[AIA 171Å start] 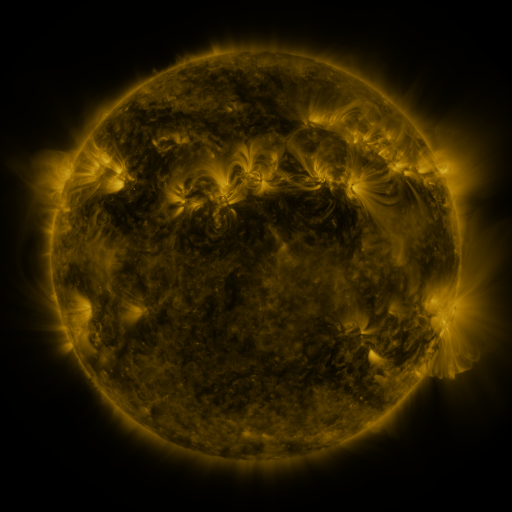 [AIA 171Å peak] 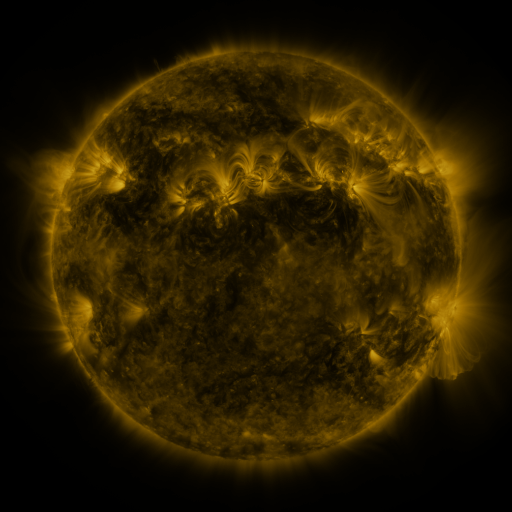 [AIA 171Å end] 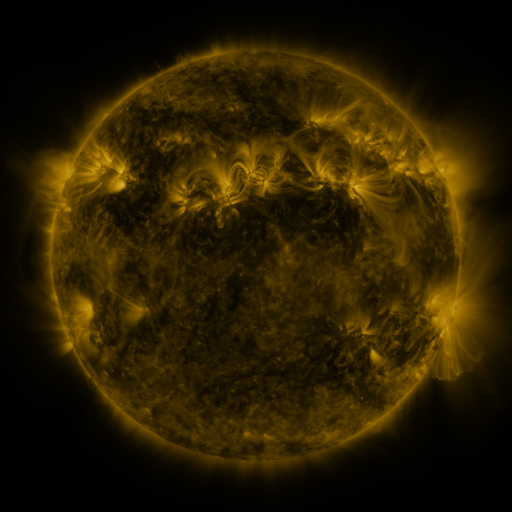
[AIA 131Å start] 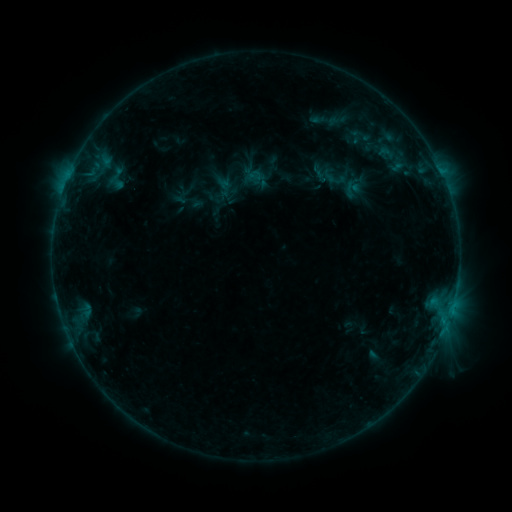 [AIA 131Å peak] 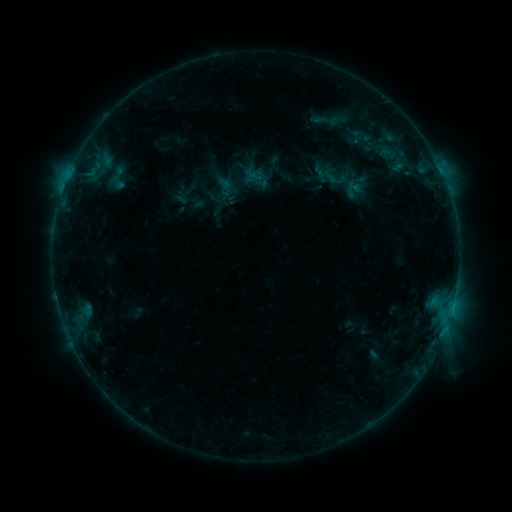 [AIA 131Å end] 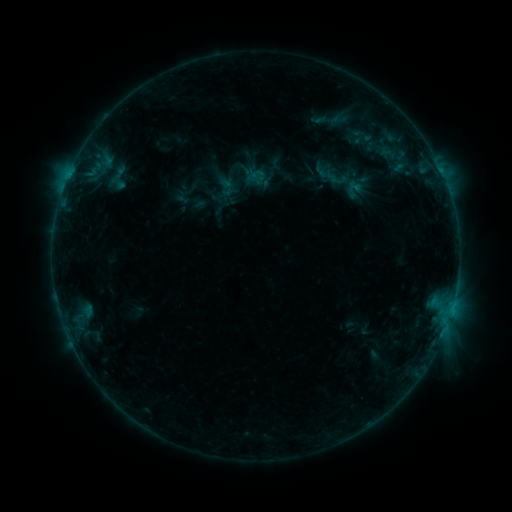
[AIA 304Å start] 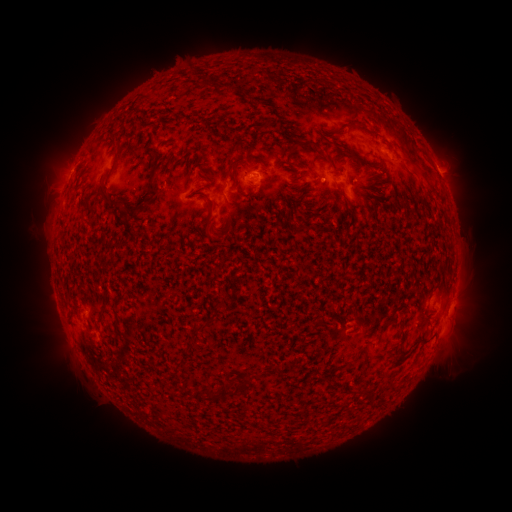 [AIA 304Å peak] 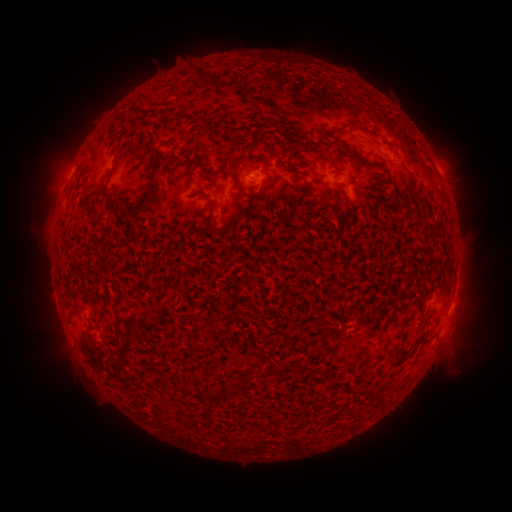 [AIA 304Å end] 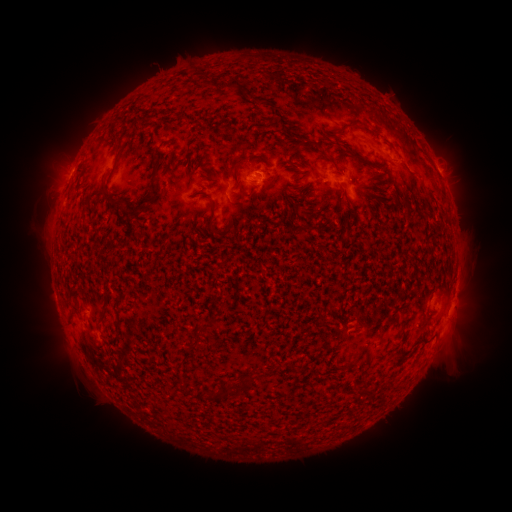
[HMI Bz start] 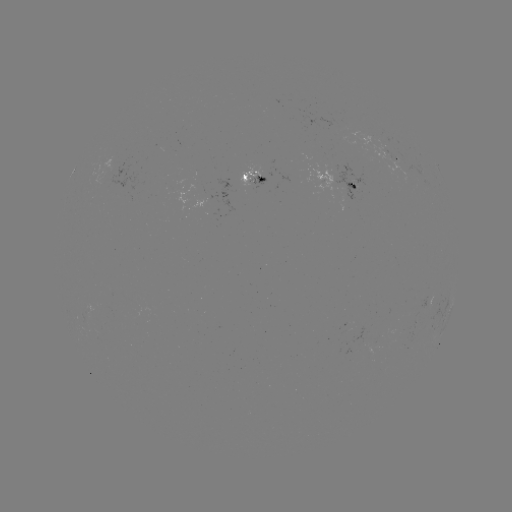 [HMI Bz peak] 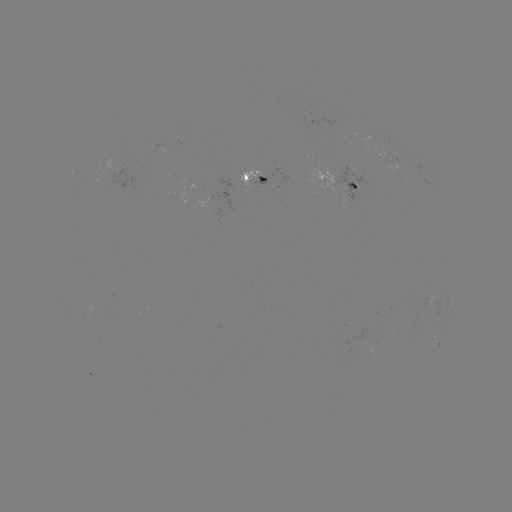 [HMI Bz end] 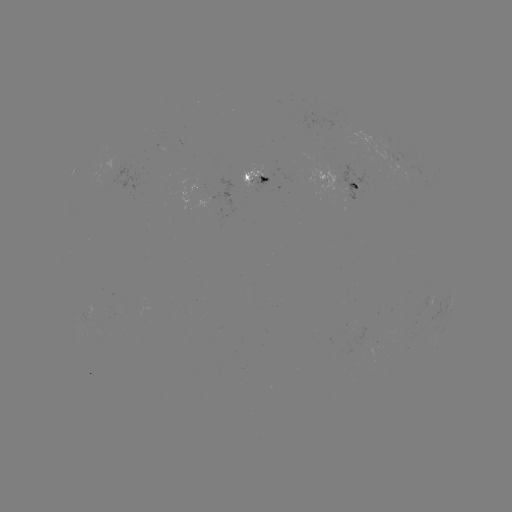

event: emerging-flux region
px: (324, 179)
